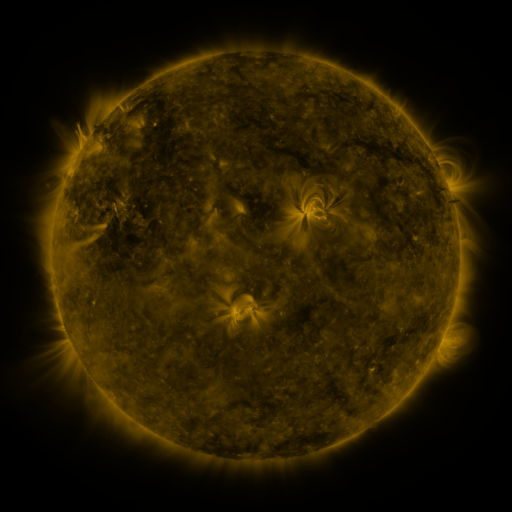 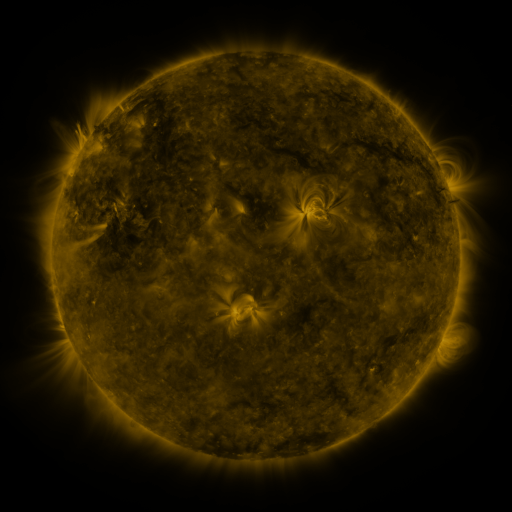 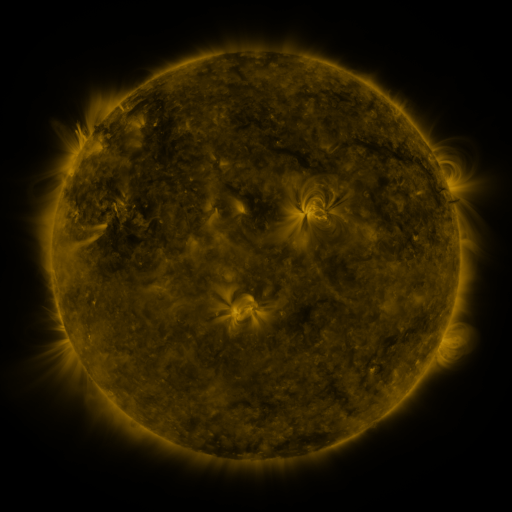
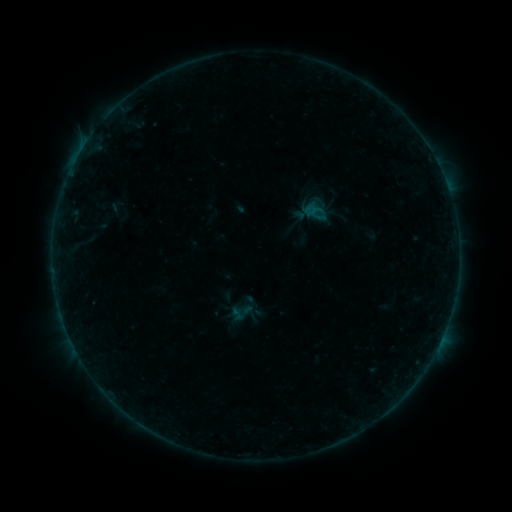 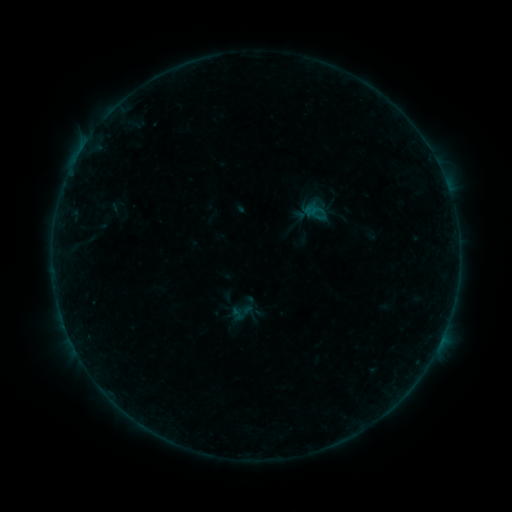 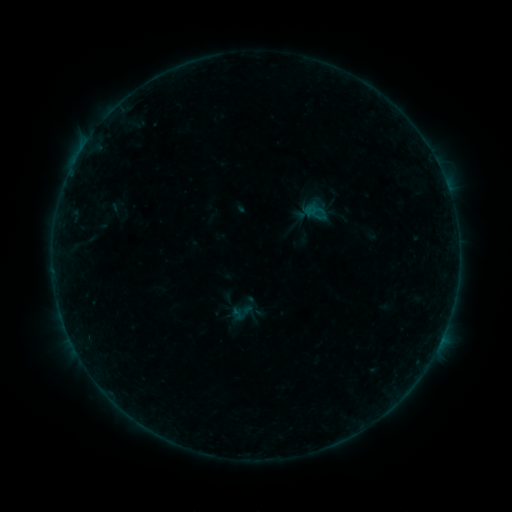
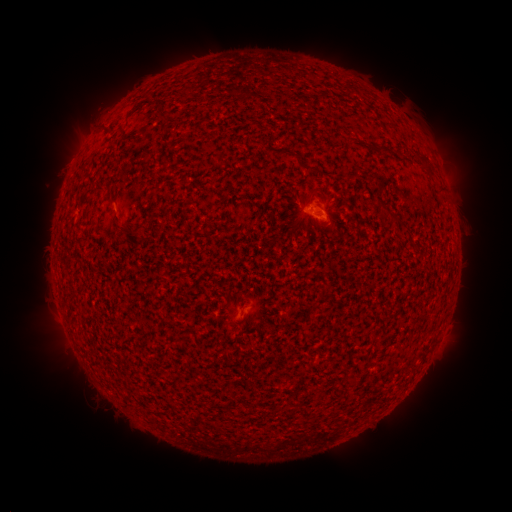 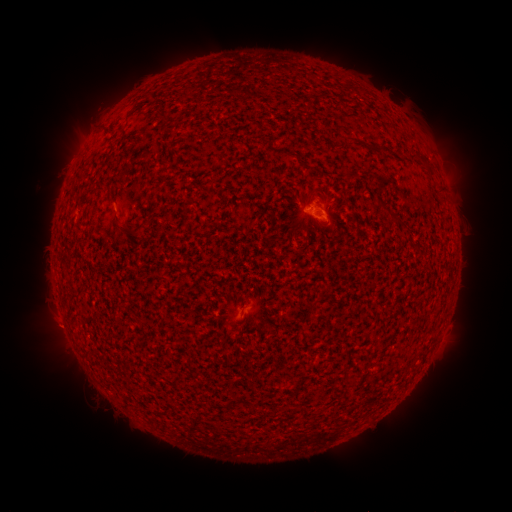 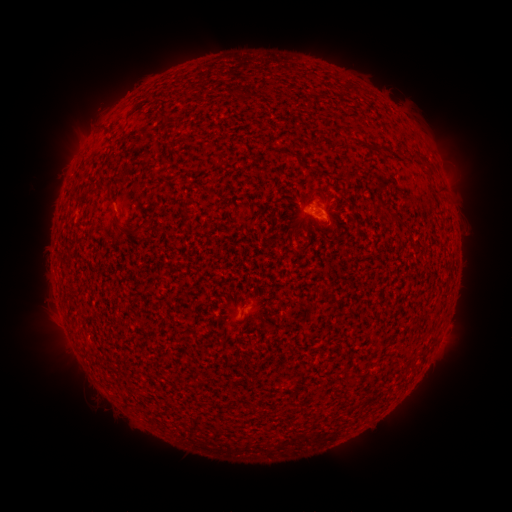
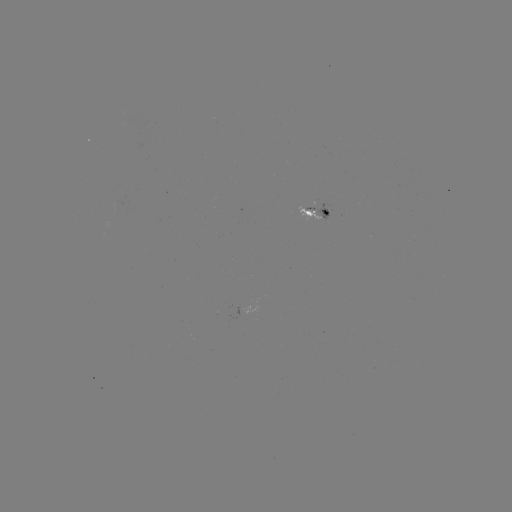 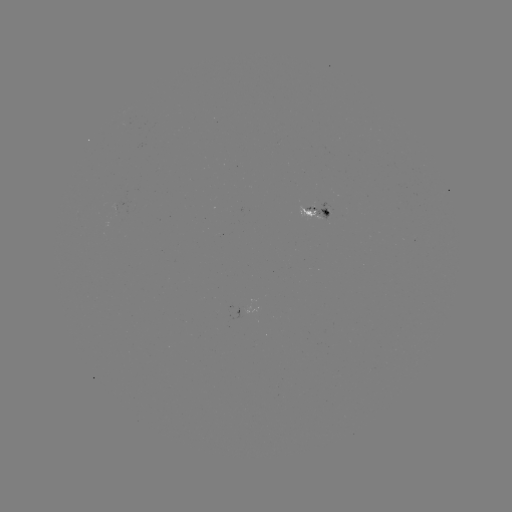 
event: eruption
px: (50, 328)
